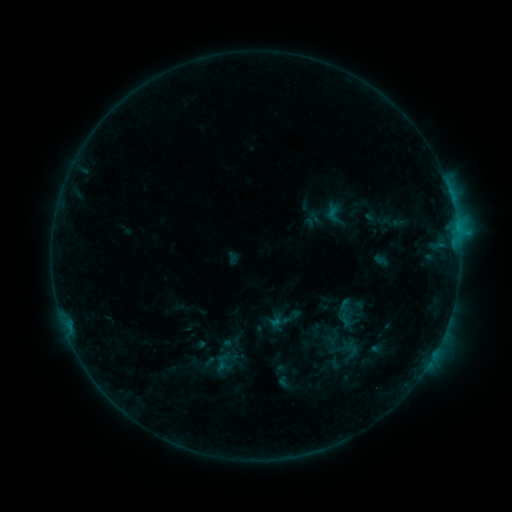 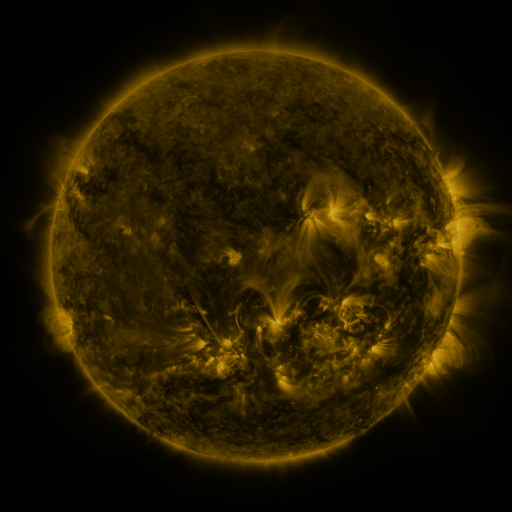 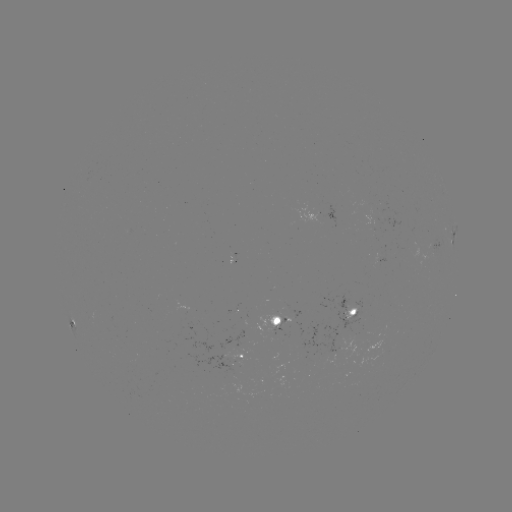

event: sigmoid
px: (223, 361)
